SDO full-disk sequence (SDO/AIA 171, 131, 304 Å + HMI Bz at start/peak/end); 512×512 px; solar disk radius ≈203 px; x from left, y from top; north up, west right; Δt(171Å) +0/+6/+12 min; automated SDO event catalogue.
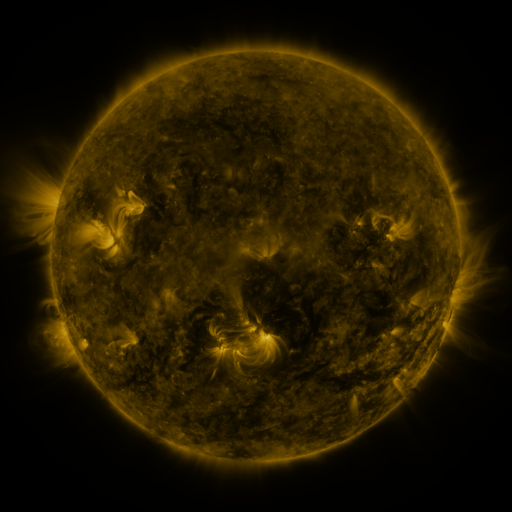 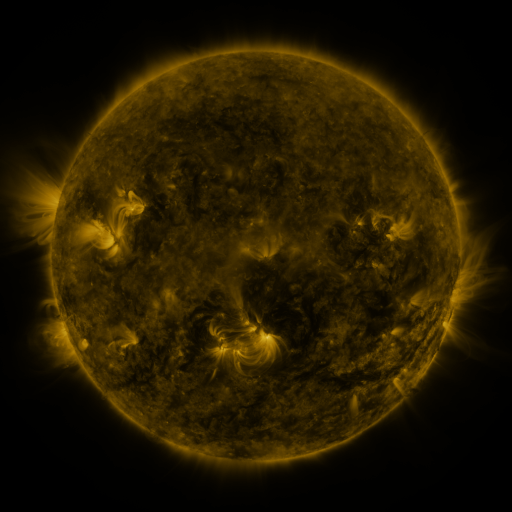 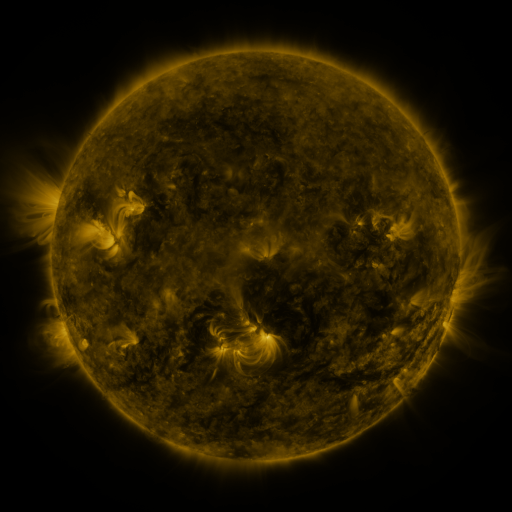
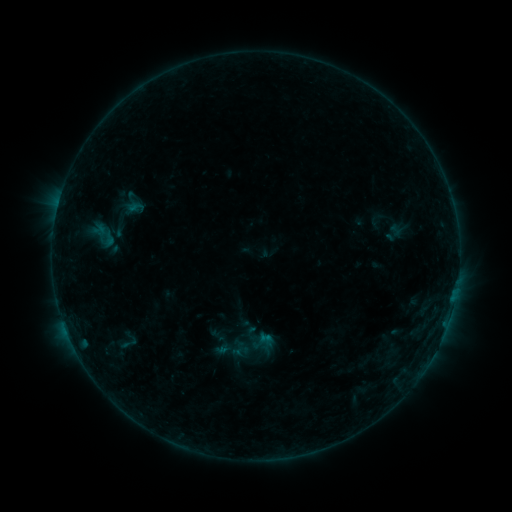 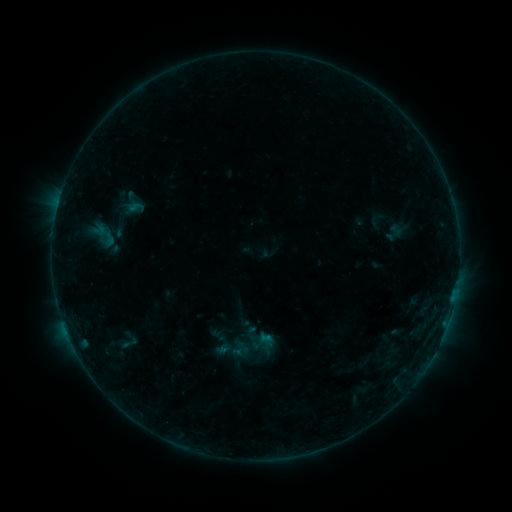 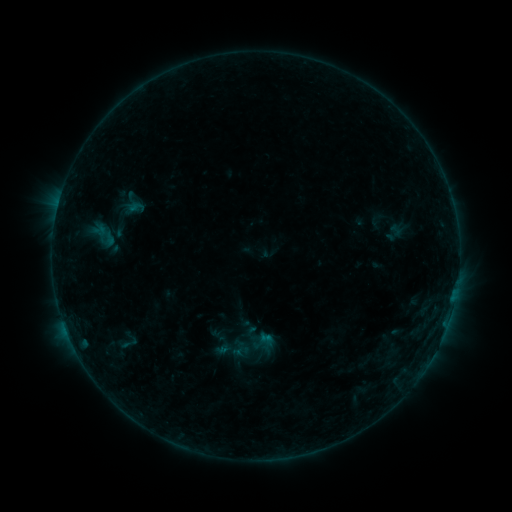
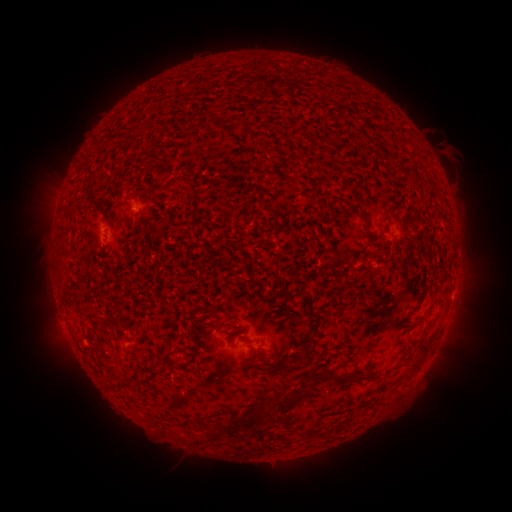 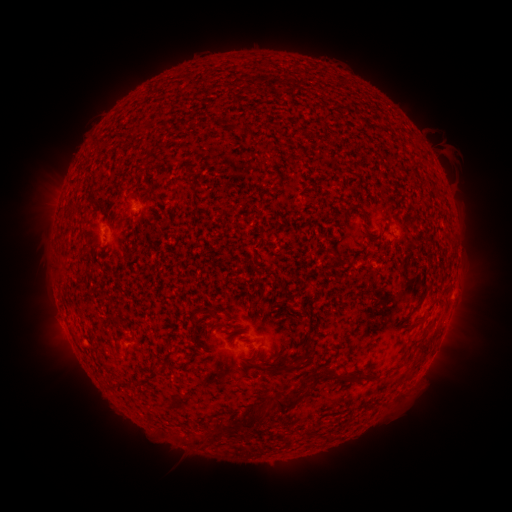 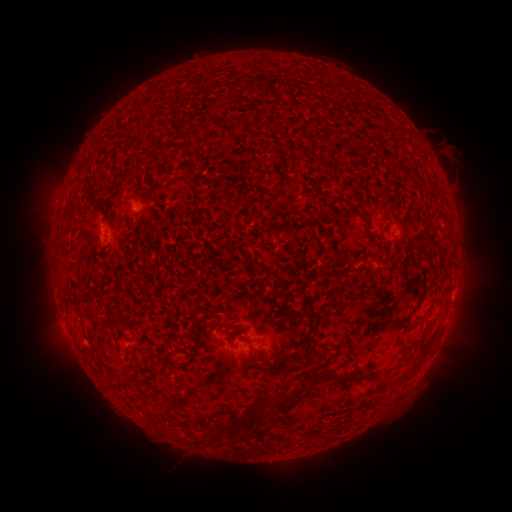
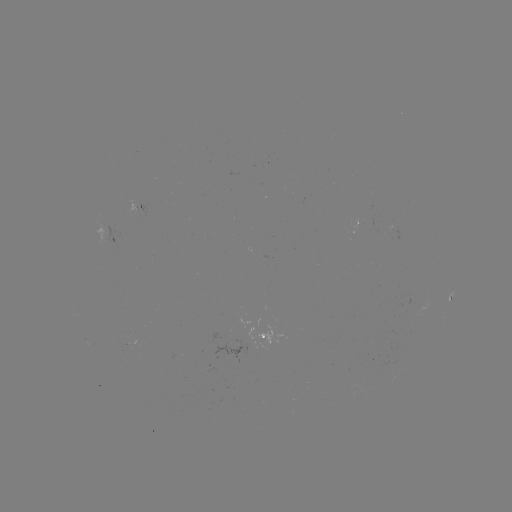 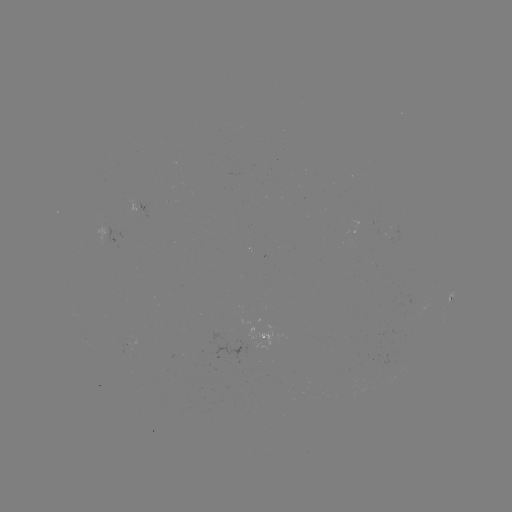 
no flare in any classed list; no EUV-trigger detection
